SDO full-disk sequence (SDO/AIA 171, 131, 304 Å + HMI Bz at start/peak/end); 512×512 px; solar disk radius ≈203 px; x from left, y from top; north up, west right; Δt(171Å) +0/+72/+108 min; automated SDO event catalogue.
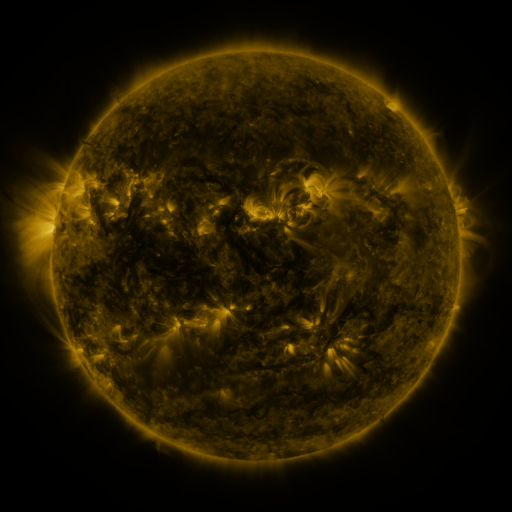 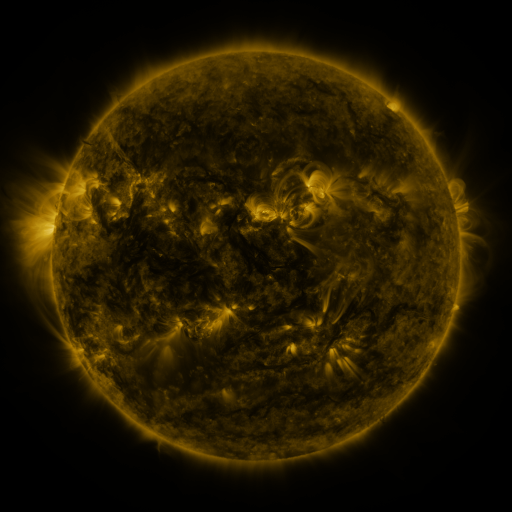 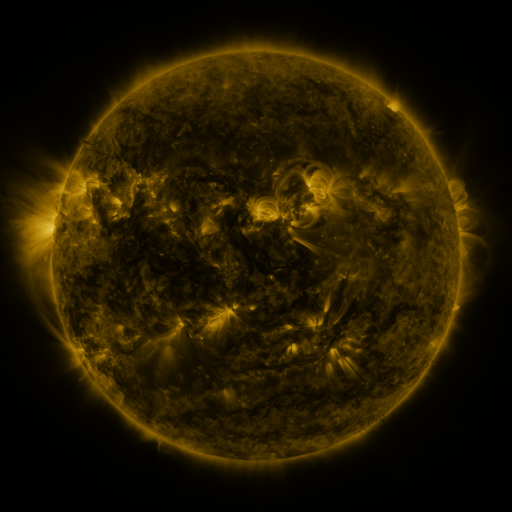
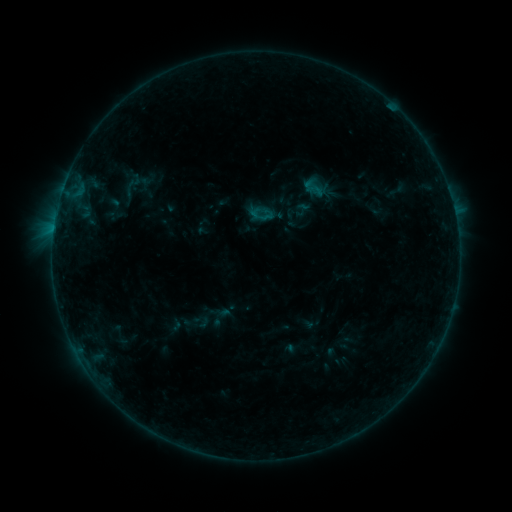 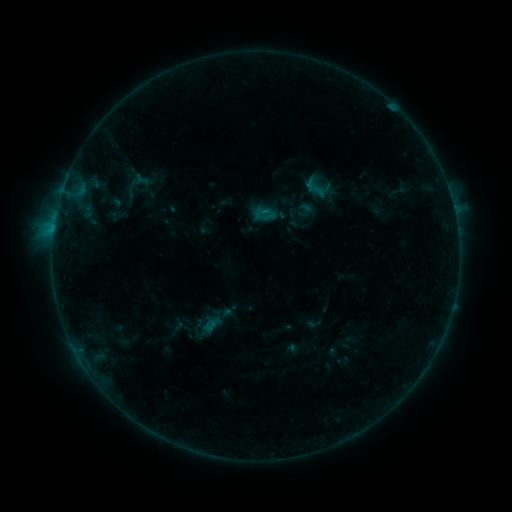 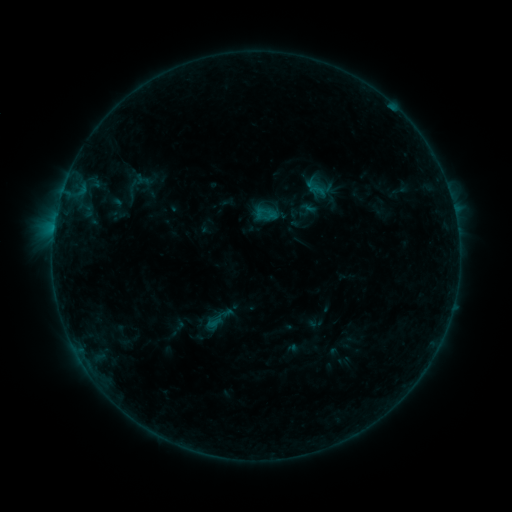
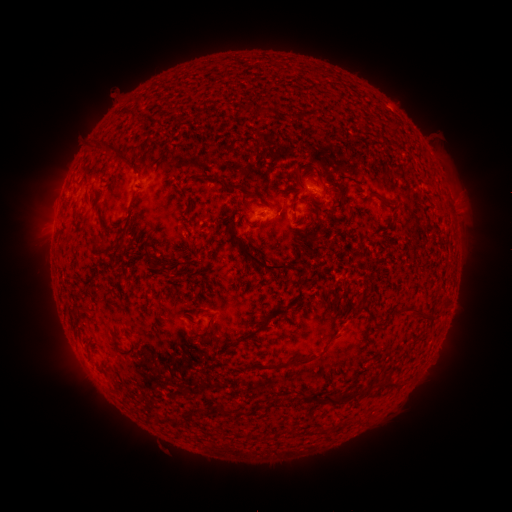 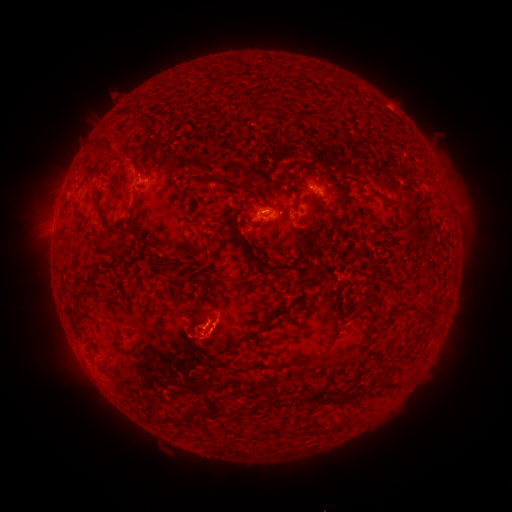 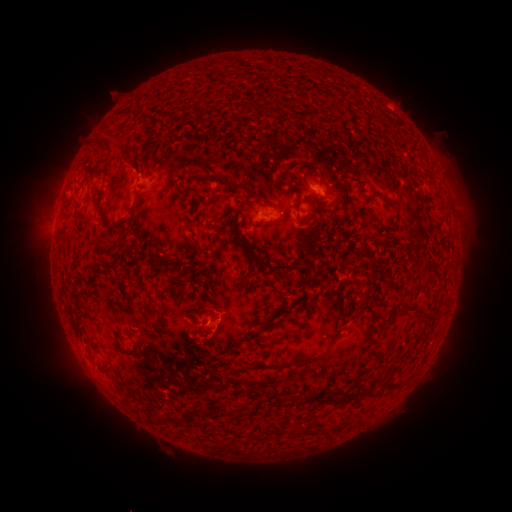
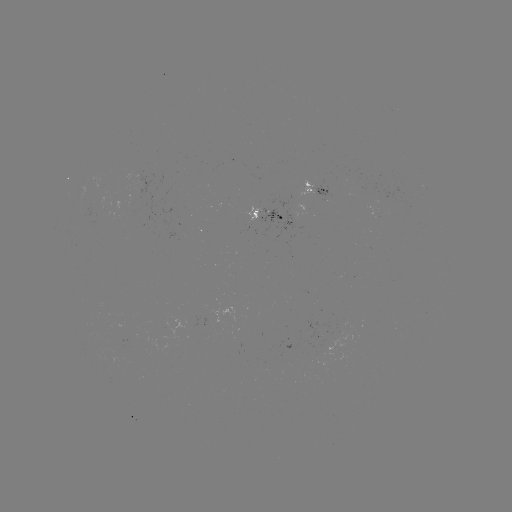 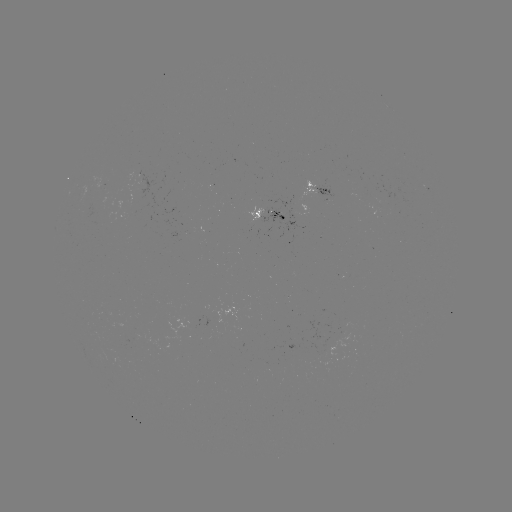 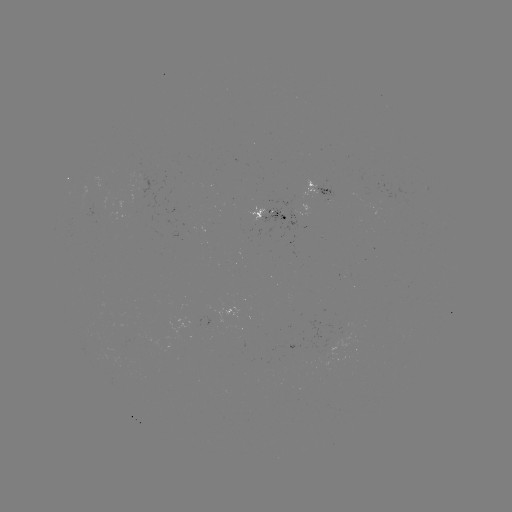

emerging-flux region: <bbox>321, 335, 348, 359</bbox>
